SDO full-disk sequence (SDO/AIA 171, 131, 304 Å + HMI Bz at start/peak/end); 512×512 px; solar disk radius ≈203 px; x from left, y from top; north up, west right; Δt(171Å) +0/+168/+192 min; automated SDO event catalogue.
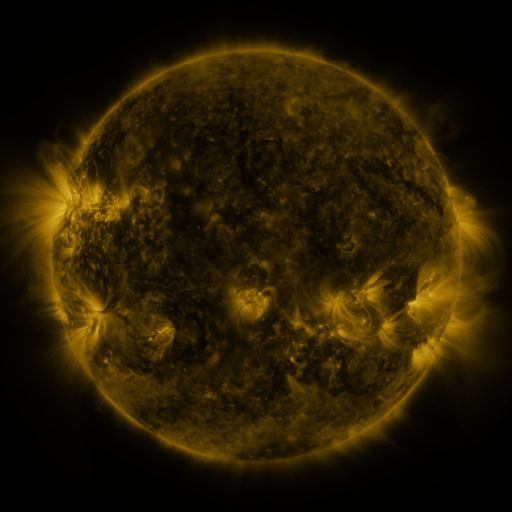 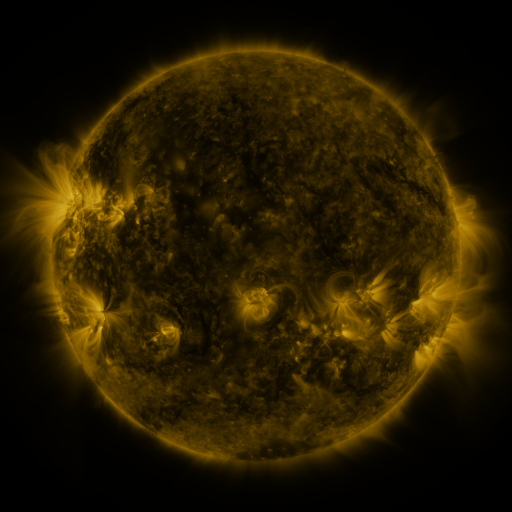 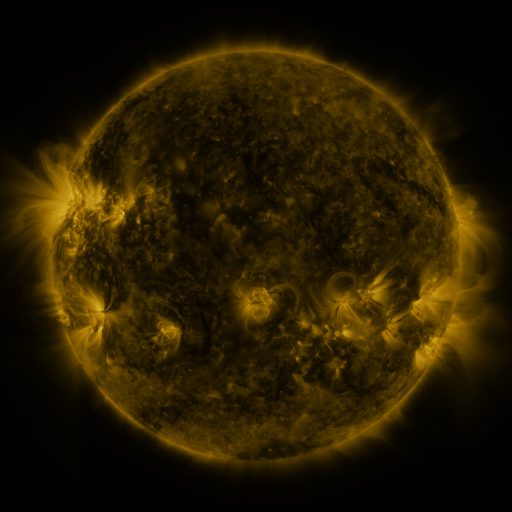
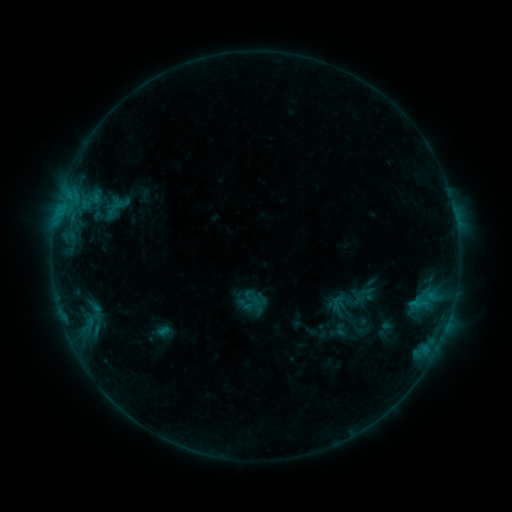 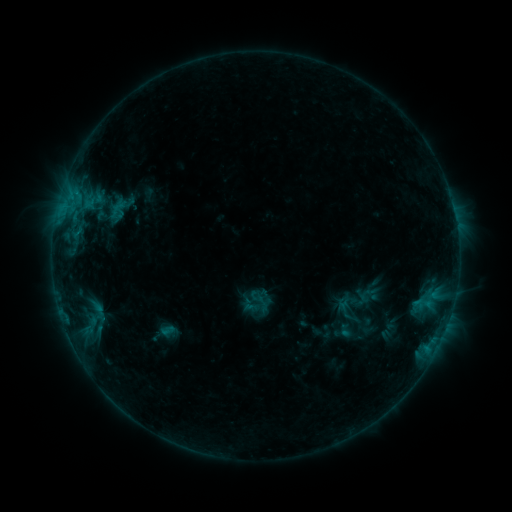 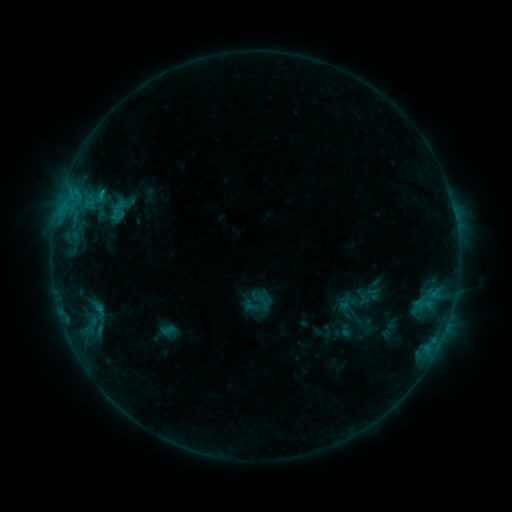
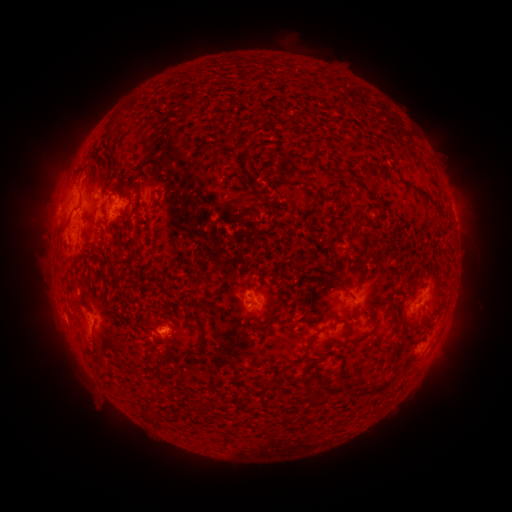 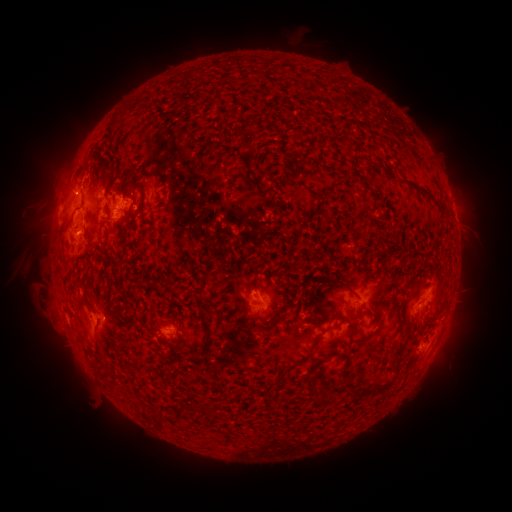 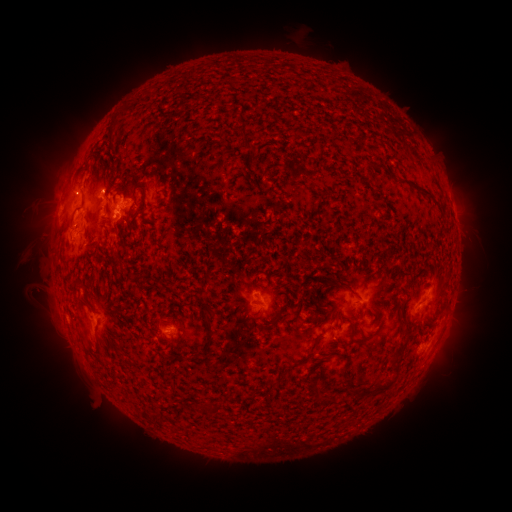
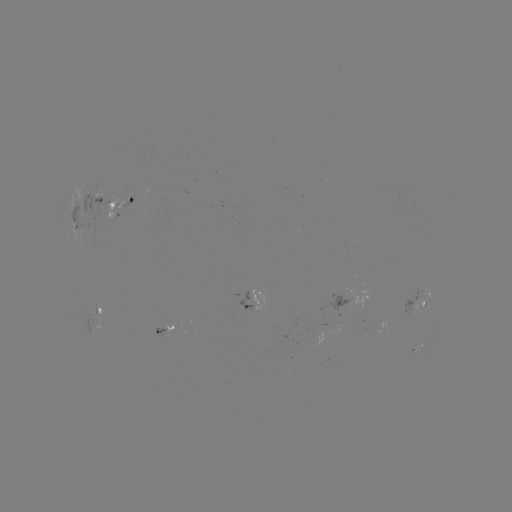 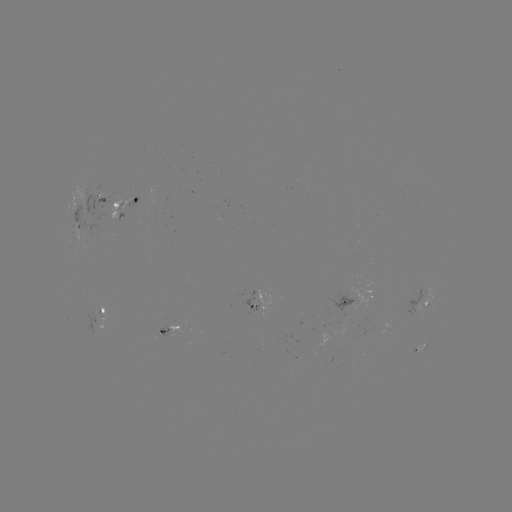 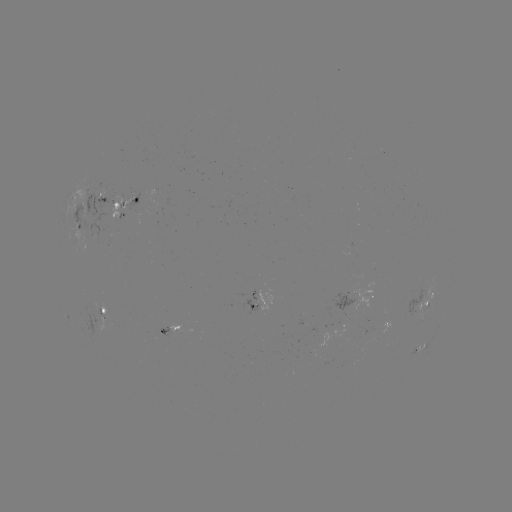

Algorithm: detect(emerging-flux region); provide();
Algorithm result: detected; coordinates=99,200